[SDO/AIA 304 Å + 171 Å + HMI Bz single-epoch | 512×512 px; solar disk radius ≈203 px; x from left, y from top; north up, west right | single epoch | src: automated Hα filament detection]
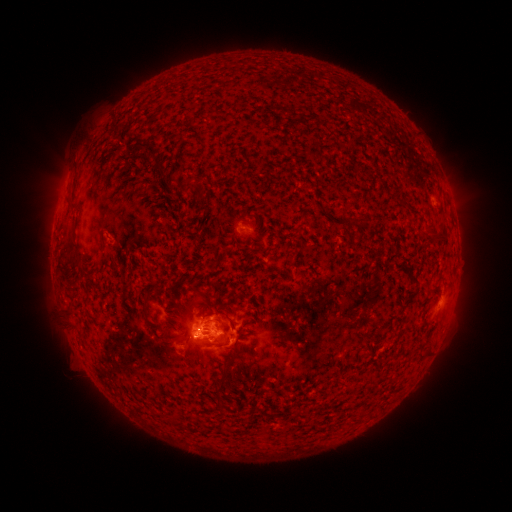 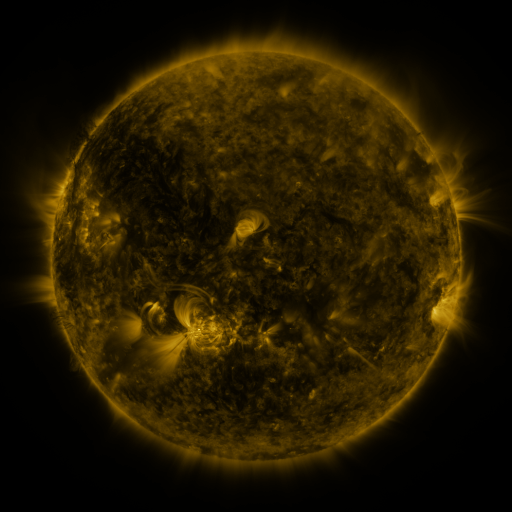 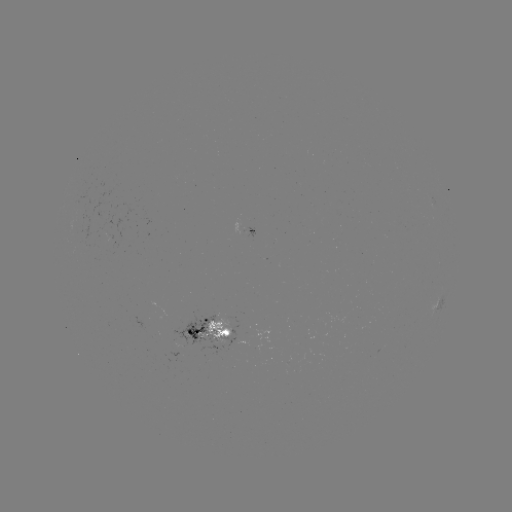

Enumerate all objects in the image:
filament: (123, 142, 146, 152)
filament: (149, 156, 161, 165)
filament: (165, 176, 179, 193)
filament: (180, 176, 191, 193)
filament: (352, 214, 368, 224)
filament: (424, 219, 448, 241)
filament: (192, 240, 201, 254)
filament: (66, 241, 81, 269)
filament: (142, 294, 151, 323)
filament: (65, 309, 82, 332)
filament: (224, 312, 237, 332)
filament: (202, 335, 221, 345)
filament: (217, 381, 226, 406)
